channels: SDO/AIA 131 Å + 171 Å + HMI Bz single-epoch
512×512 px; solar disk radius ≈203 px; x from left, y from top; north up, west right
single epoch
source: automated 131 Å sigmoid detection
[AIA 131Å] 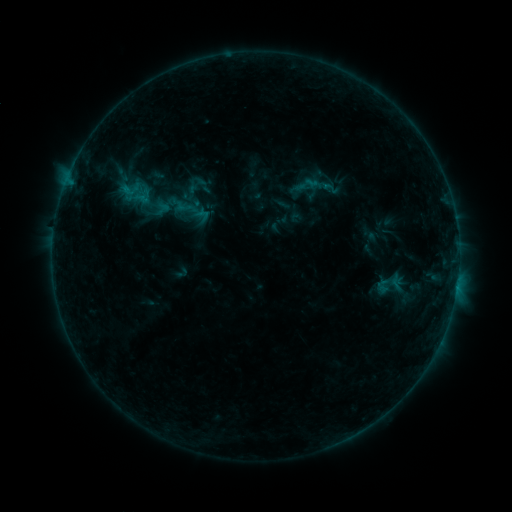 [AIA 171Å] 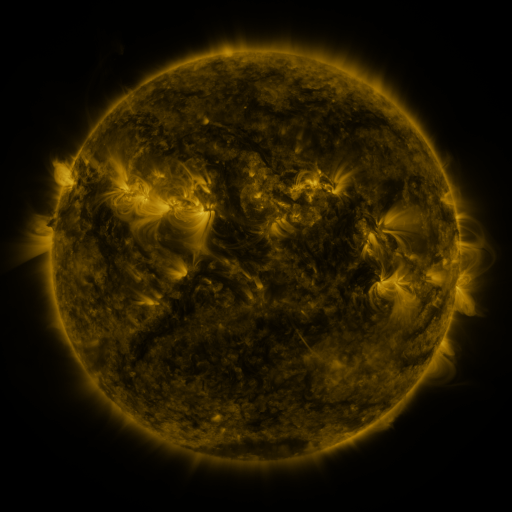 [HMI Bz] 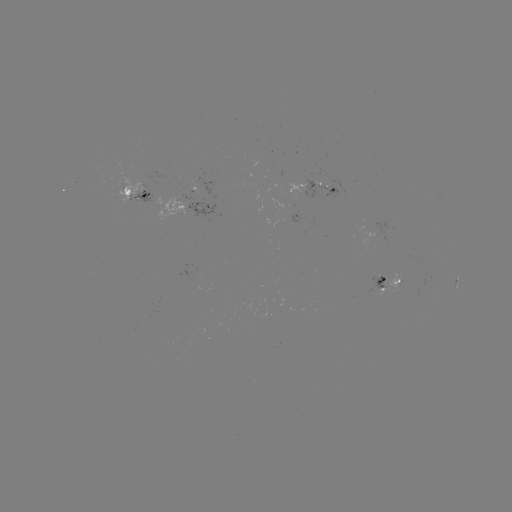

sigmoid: [296, 175, 316, 193]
